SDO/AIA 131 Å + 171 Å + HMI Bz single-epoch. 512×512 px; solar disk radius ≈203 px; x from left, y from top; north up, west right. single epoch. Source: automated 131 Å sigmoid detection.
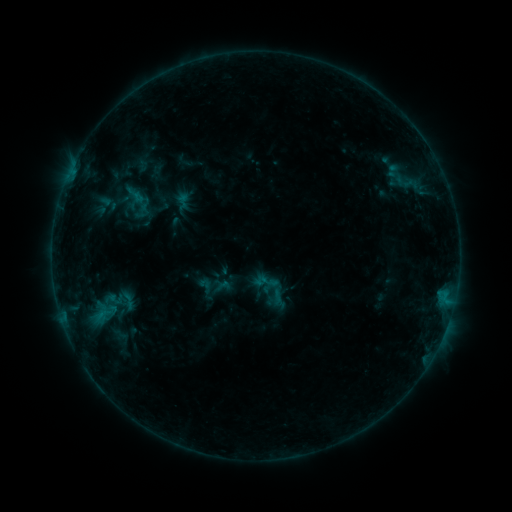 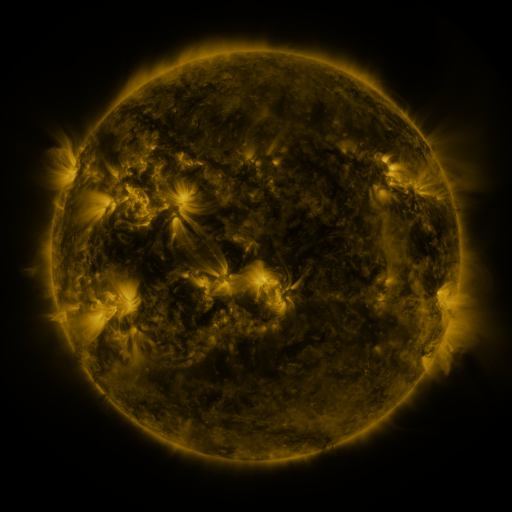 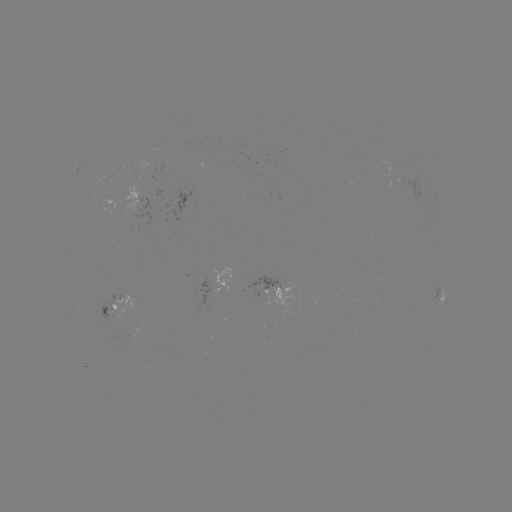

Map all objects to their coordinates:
sigmoid: <bbox>267, 278, 284, 296</bbox>
sigmoid: <bbox>115, 291, 141, 310</bbox>
